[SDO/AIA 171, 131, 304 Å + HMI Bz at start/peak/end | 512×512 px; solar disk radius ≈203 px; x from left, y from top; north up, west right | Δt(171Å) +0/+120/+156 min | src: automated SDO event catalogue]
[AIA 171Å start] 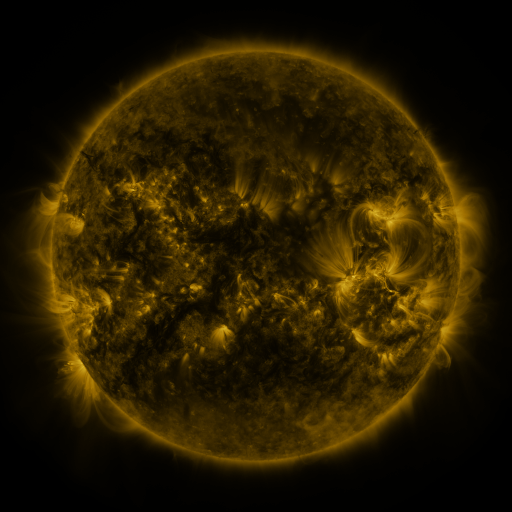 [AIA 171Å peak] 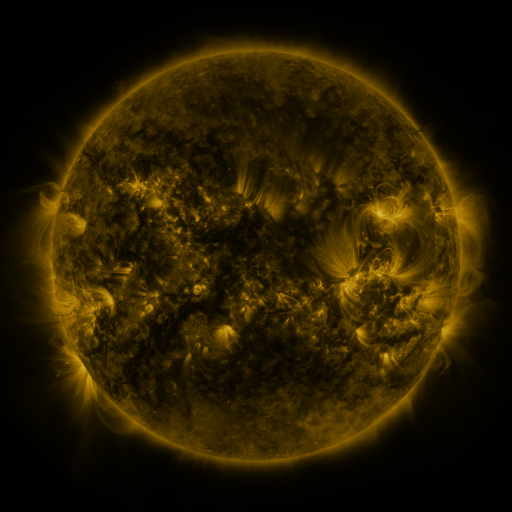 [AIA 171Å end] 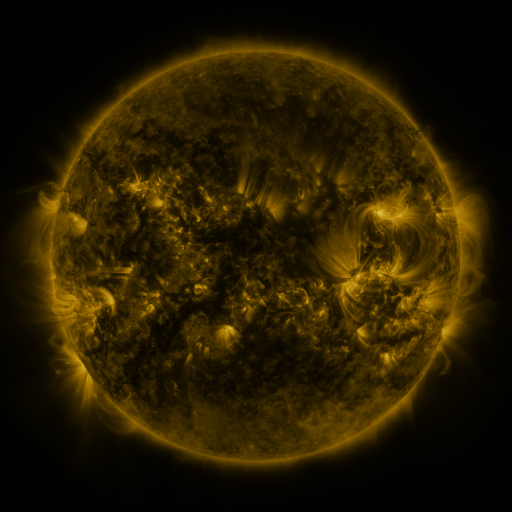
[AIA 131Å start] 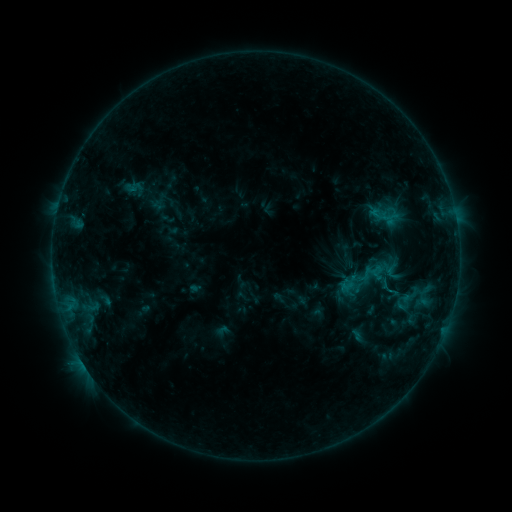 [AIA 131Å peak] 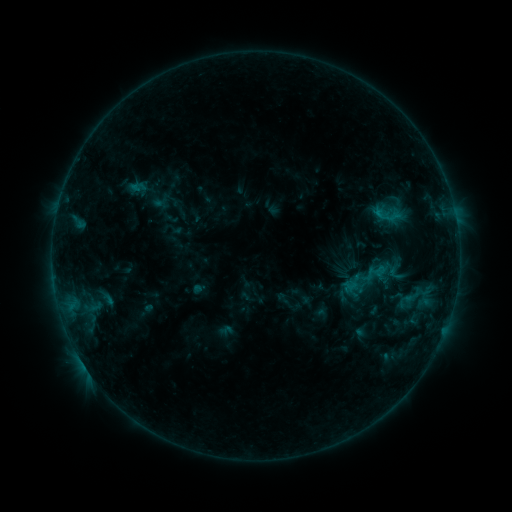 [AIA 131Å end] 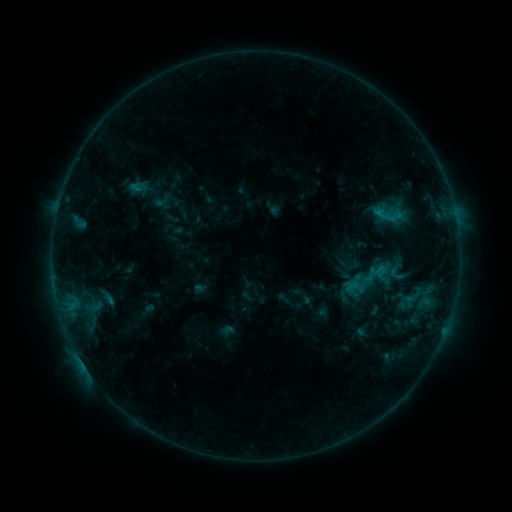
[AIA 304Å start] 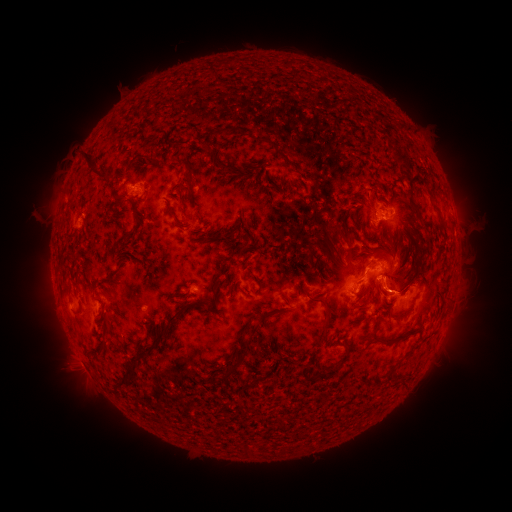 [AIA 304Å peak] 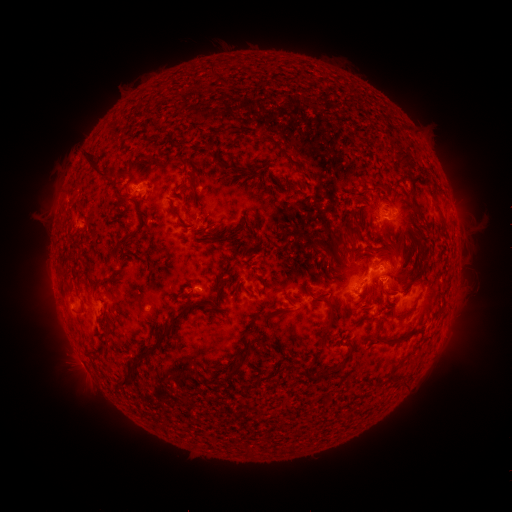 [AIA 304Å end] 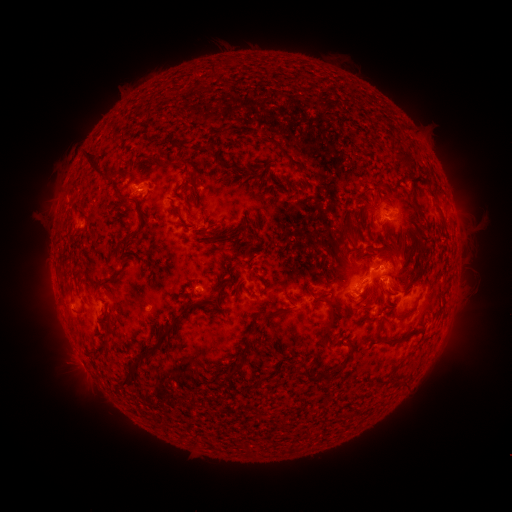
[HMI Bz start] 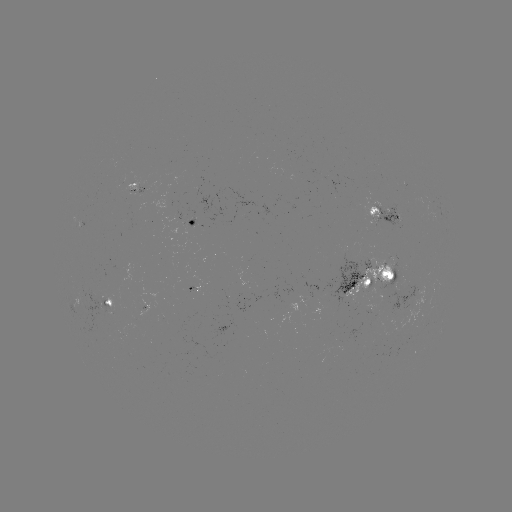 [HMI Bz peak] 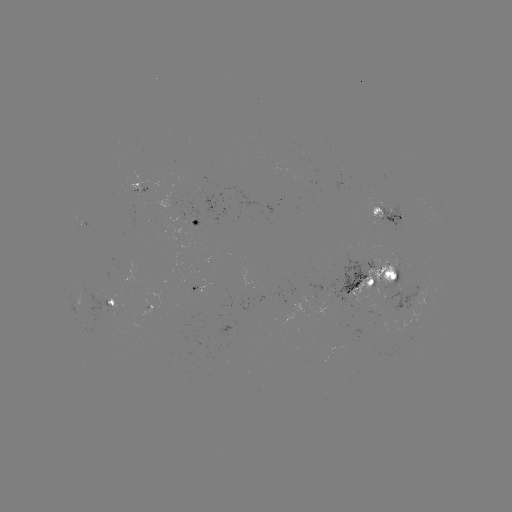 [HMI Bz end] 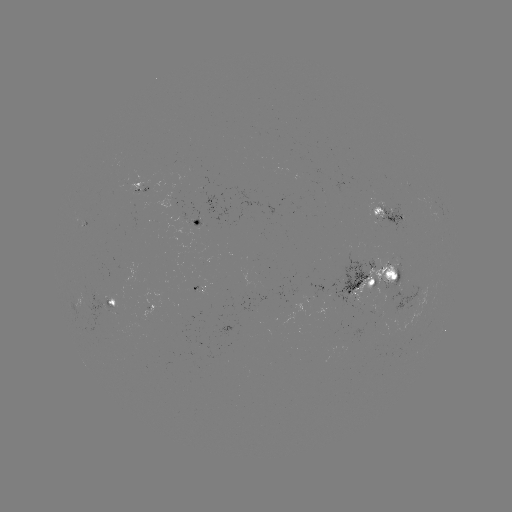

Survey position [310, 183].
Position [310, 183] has emerging-flux region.